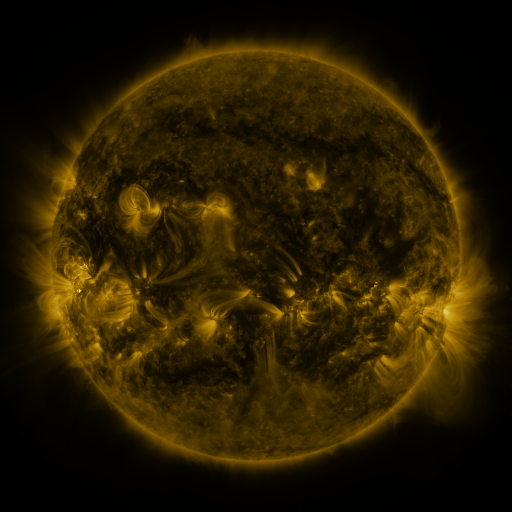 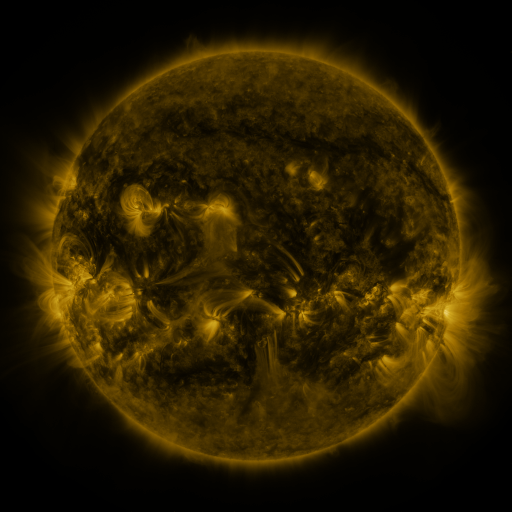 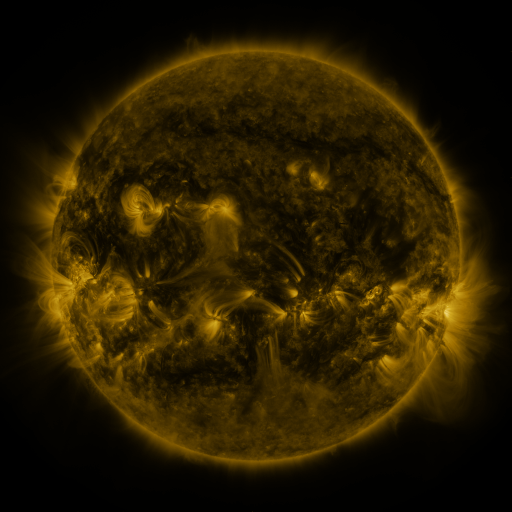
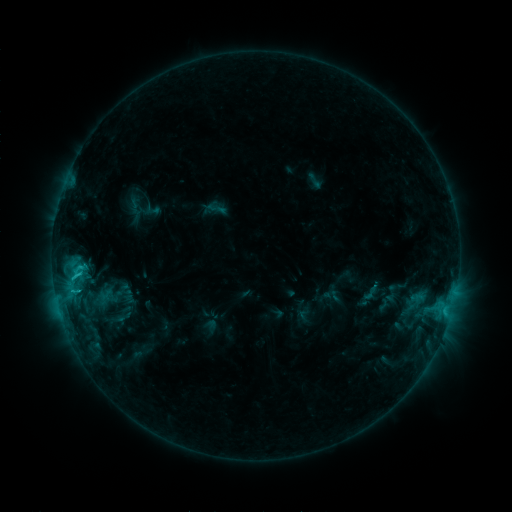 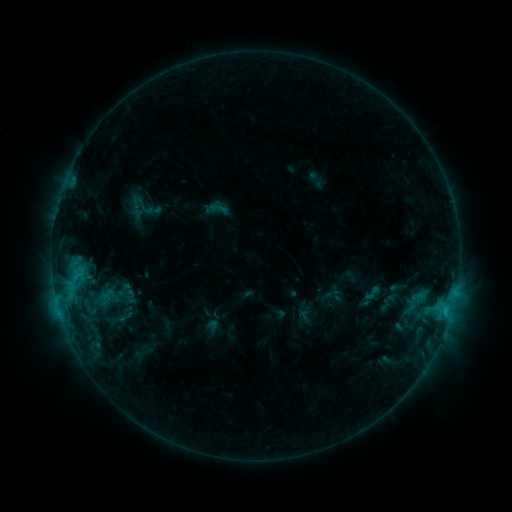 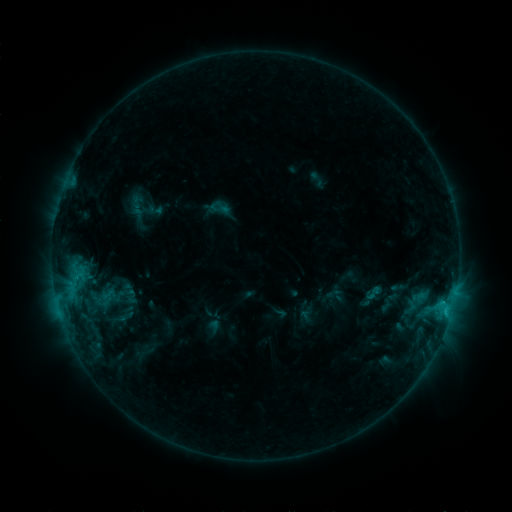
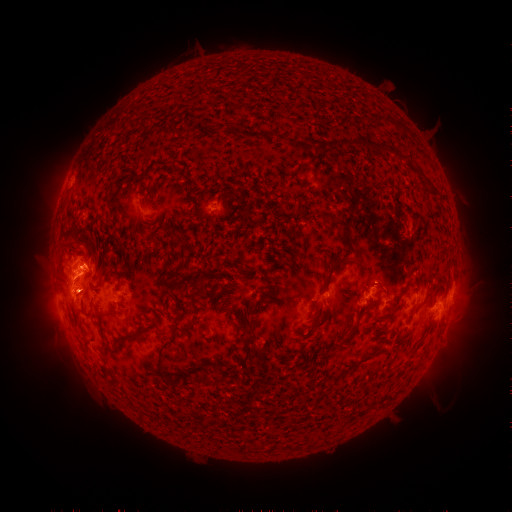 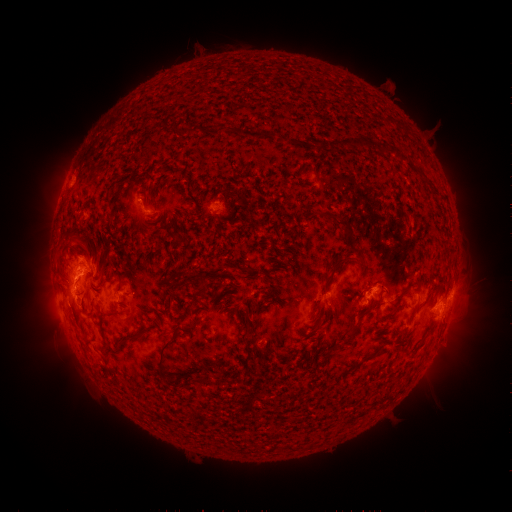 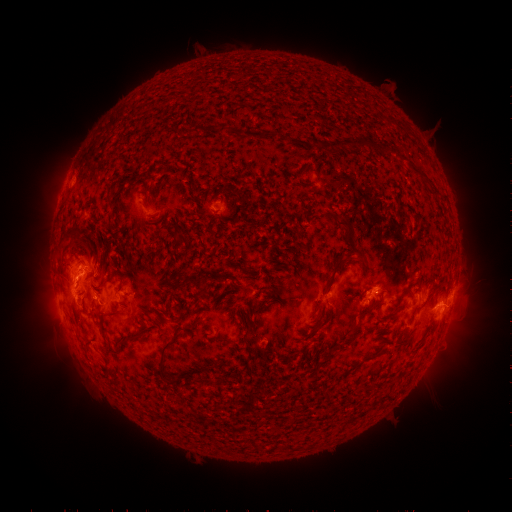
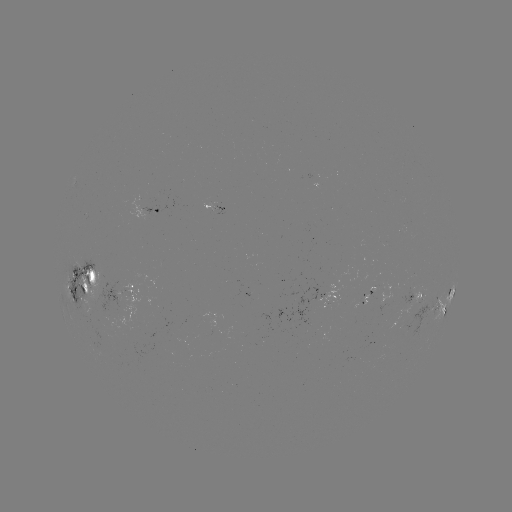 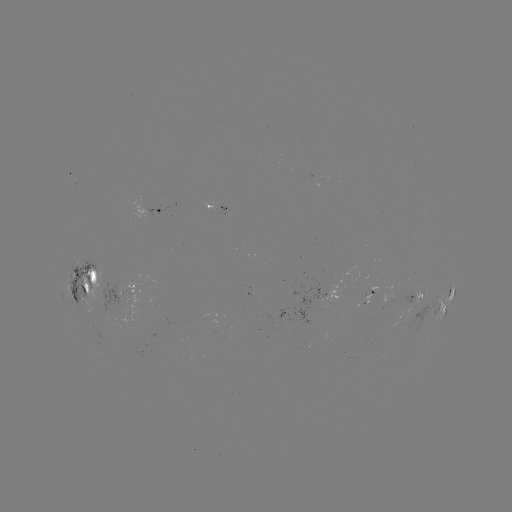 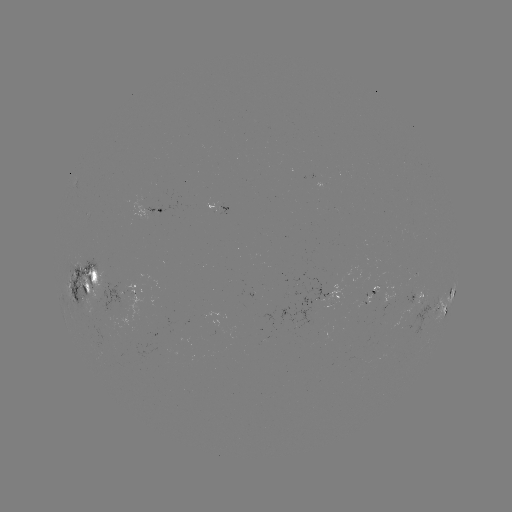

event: emerging-flux region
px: (409, 291)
